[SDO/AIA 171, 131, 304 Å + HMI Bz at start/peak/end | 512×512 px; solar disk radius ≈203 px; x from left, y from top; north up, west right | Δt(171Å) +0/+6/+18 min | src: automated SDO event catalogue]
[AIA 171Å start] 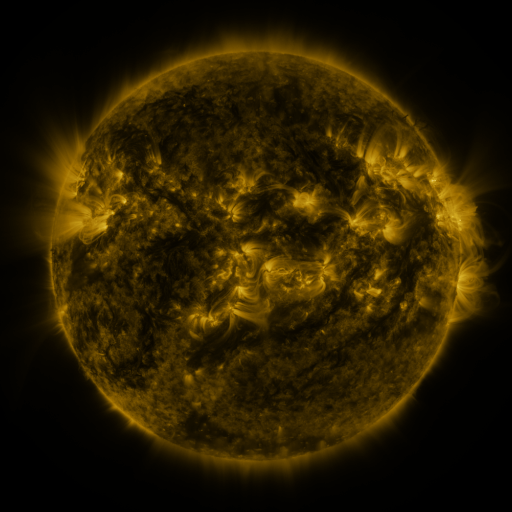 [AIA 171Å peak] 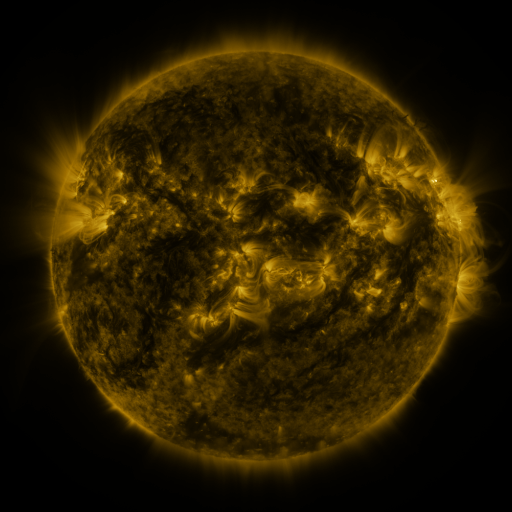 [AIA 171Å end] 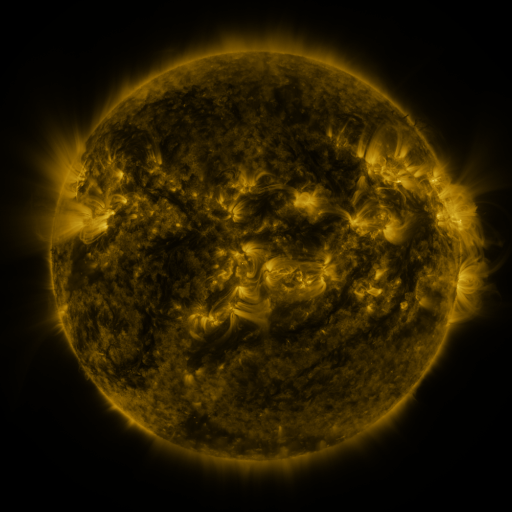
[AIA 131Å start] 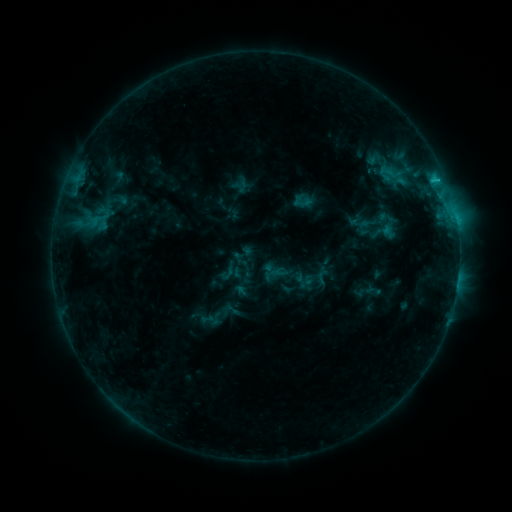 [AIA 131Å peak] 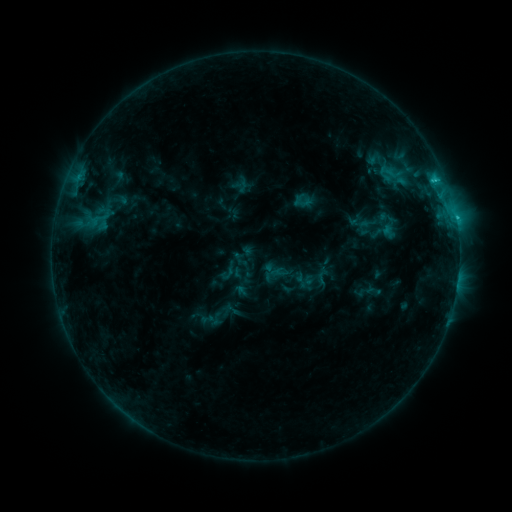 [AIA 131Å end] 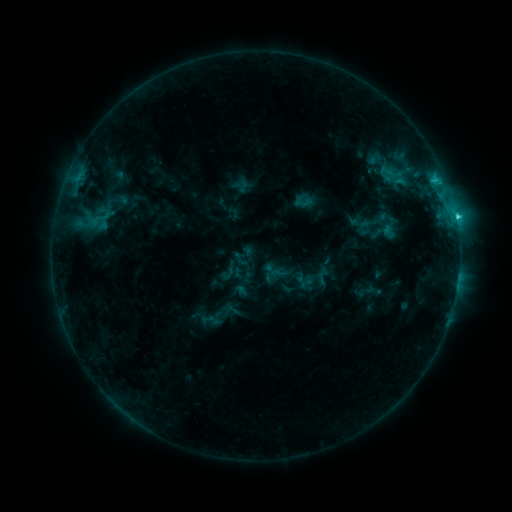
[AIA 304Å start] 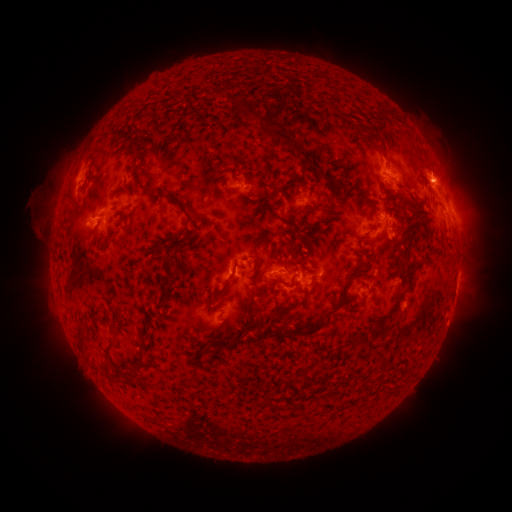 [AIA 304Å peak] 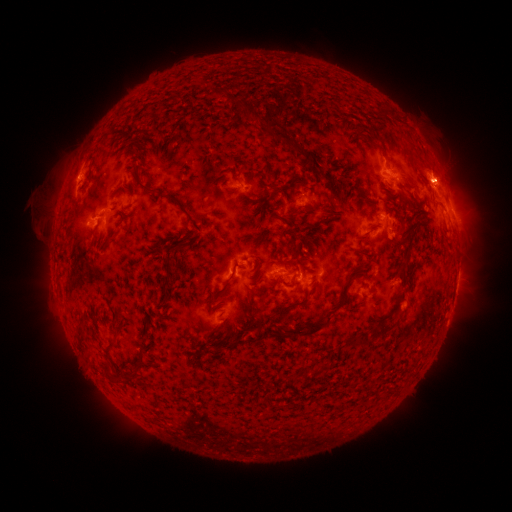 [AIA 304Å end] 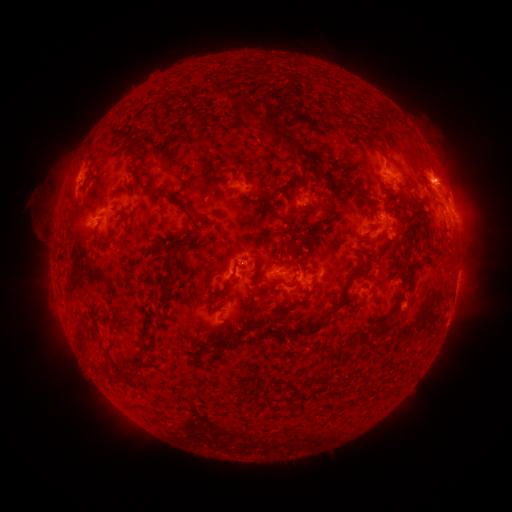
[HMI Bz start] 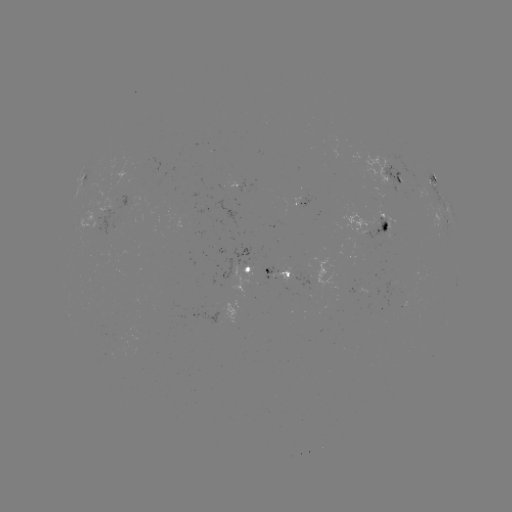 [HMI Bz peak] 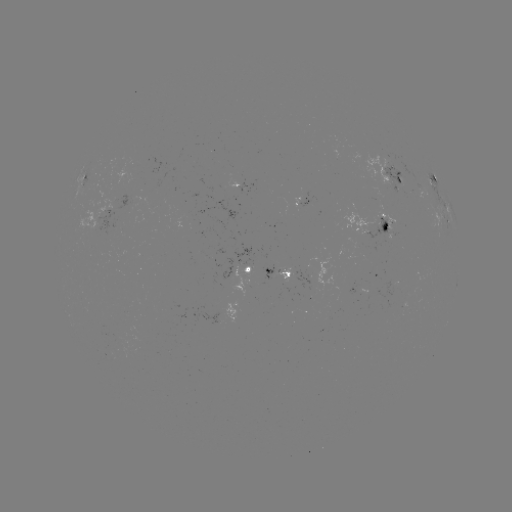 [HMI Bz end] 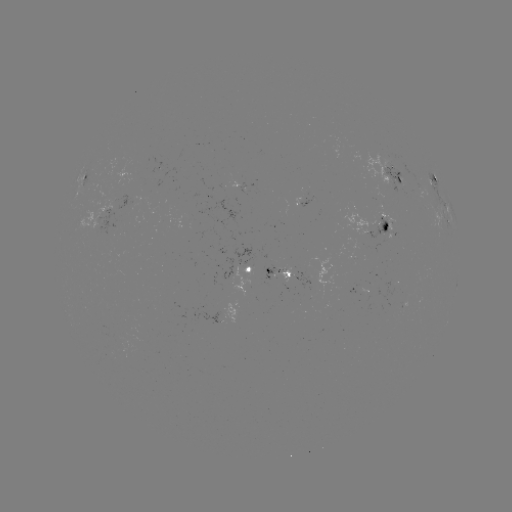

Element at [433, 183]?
C2.2 flare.